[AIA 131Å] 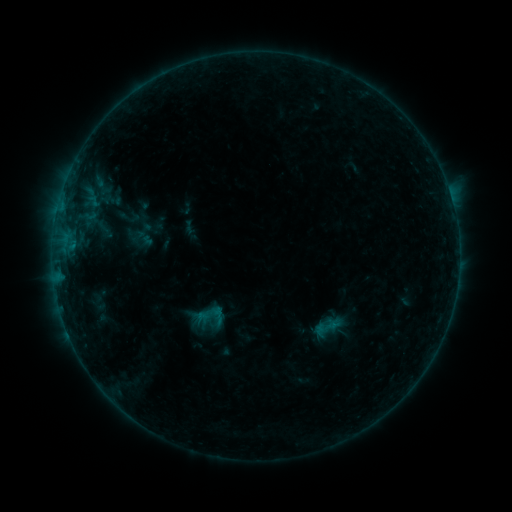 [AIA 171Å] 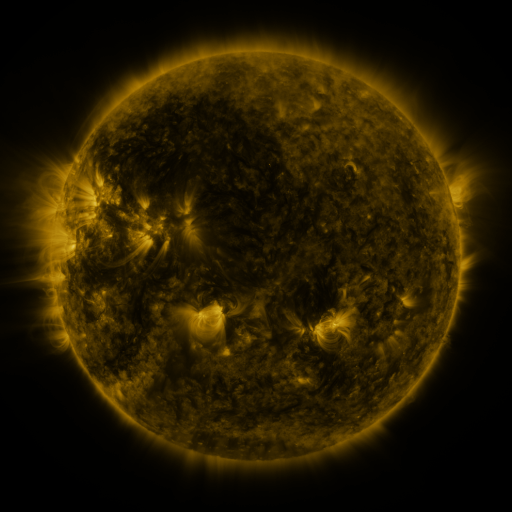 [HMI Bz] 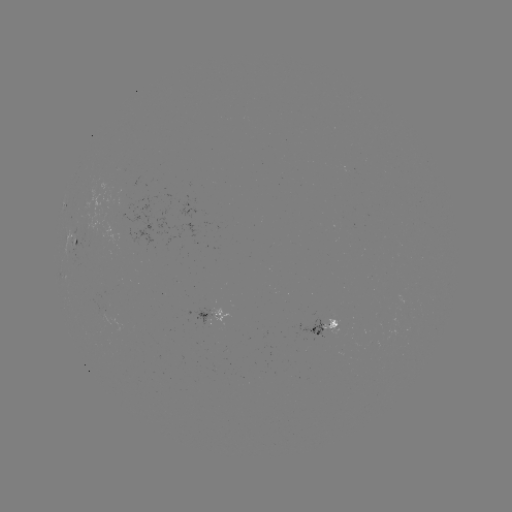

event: sigmoid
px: (218, 316)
